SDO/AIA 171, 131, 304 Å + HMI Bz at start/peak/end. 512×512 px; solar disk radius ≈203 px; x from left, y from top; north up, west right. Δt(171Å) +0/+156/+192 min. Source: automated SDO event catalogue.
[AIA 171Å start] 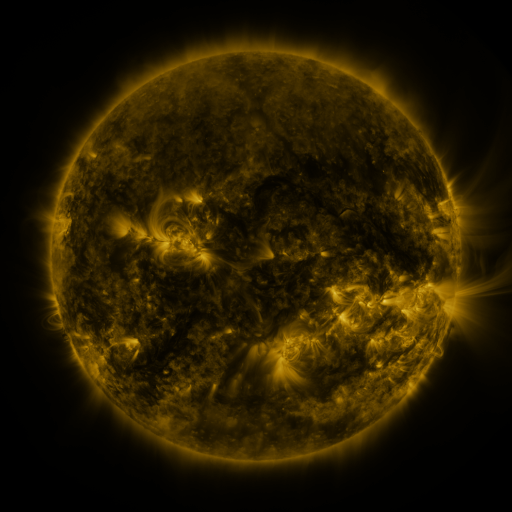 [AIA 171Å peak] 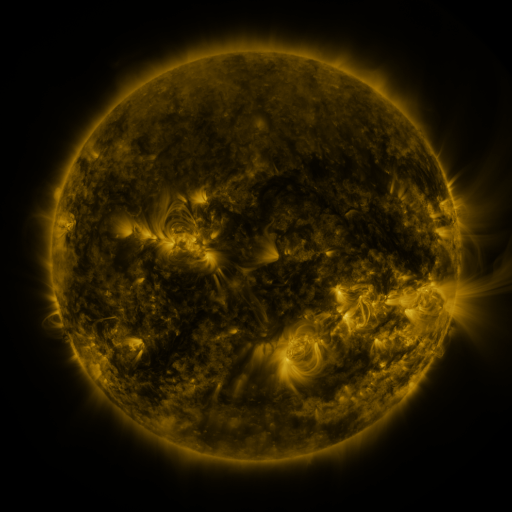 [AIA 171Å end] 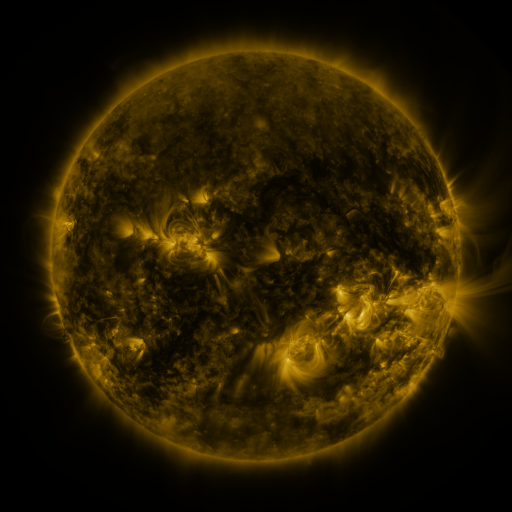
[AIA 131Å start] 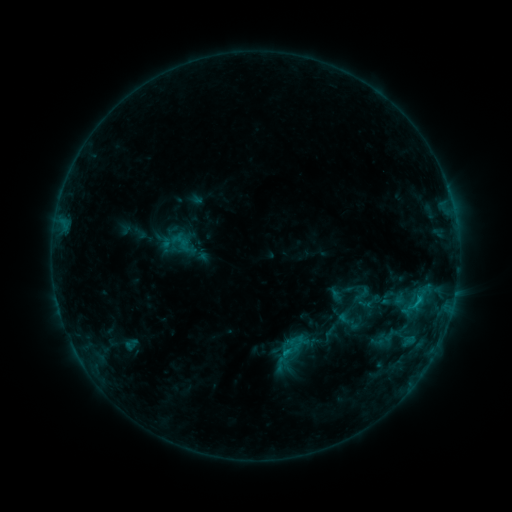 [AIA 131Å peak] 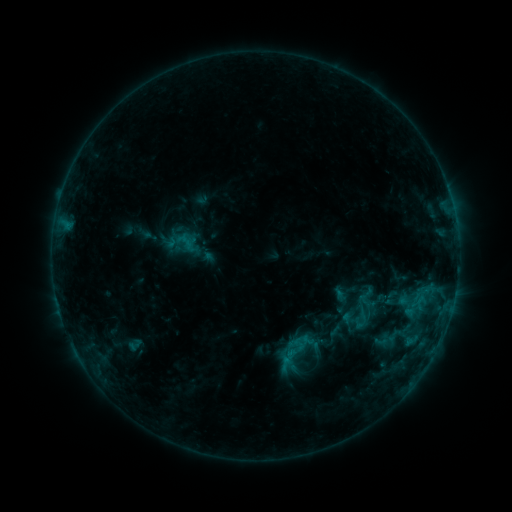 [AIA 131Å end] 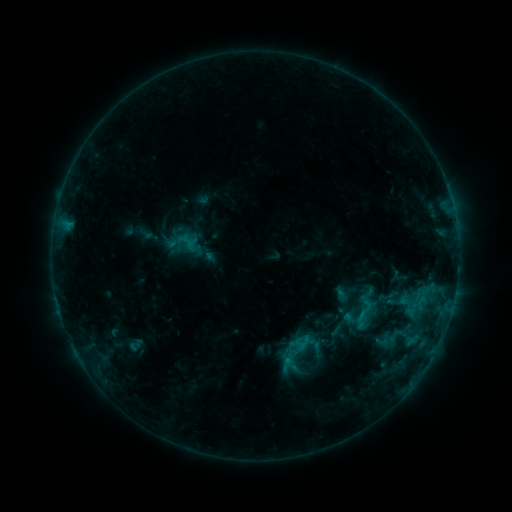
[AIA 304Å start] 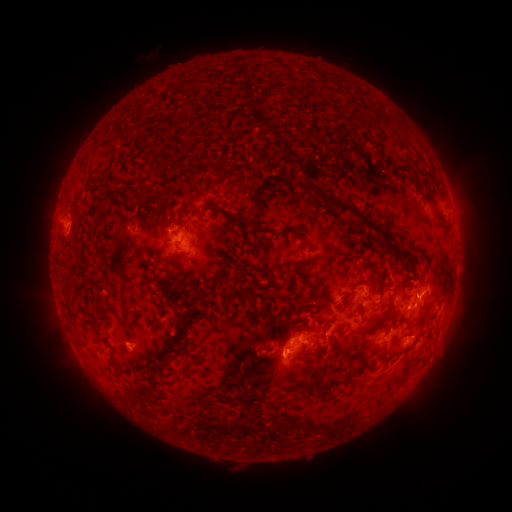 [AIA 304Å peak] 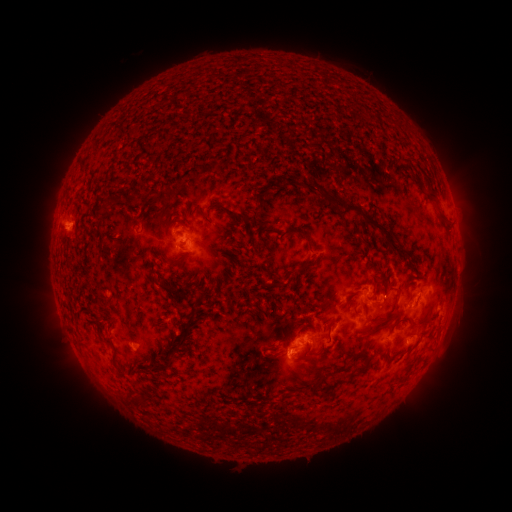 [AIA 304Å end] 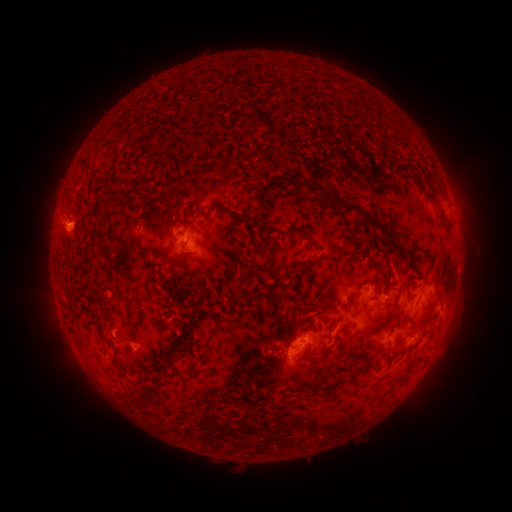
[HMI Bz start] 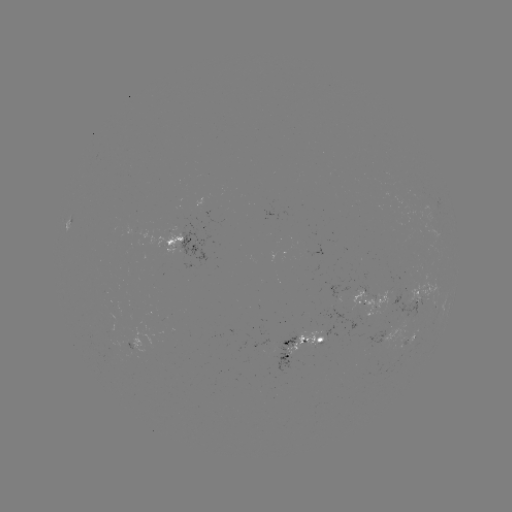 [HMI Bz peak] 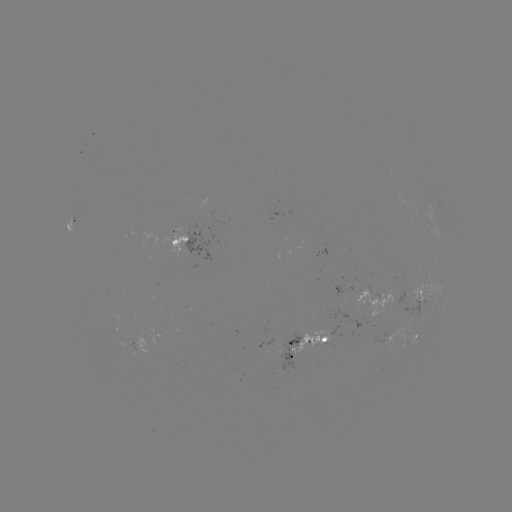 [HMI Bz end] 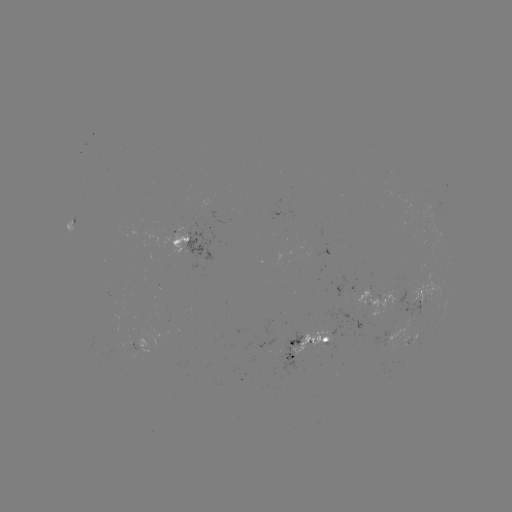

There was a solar emerging-flux region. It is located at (323, 343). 